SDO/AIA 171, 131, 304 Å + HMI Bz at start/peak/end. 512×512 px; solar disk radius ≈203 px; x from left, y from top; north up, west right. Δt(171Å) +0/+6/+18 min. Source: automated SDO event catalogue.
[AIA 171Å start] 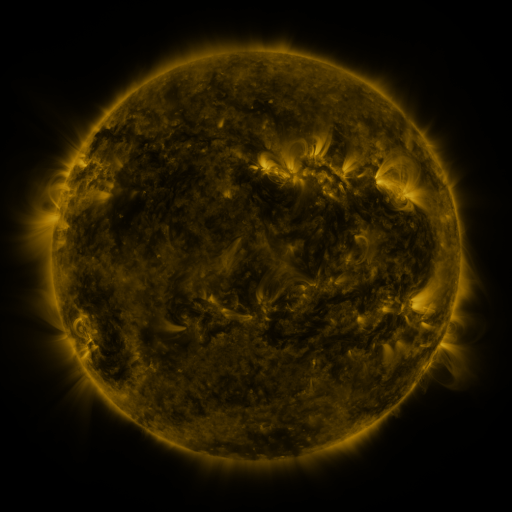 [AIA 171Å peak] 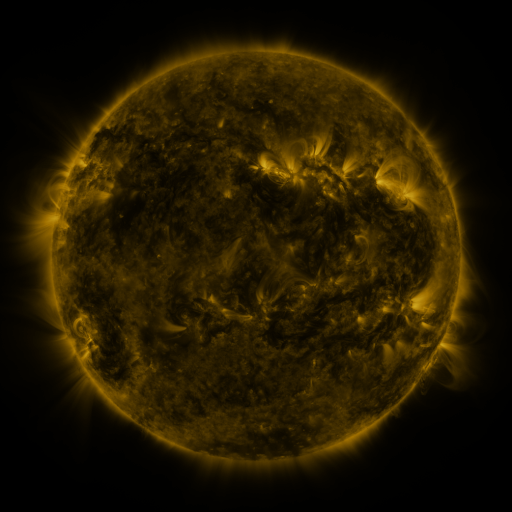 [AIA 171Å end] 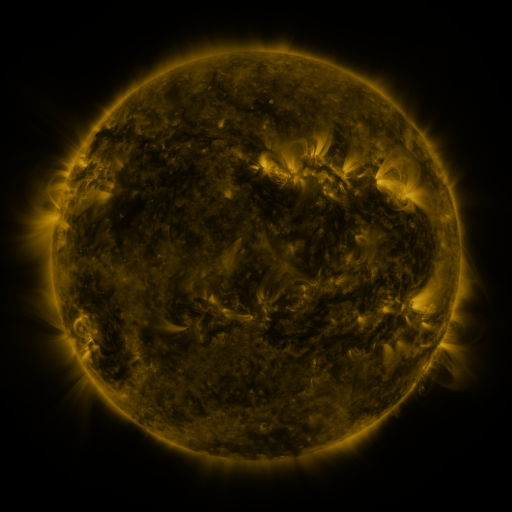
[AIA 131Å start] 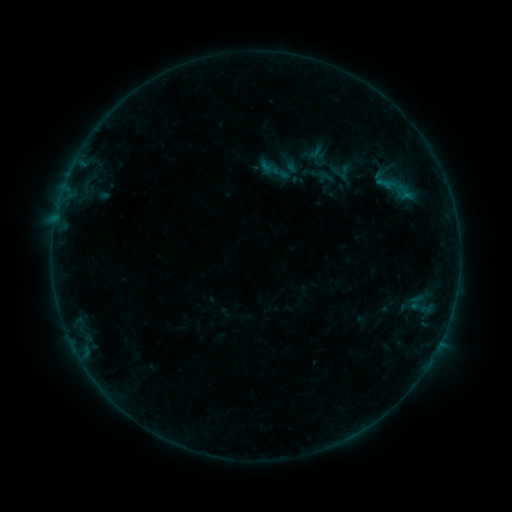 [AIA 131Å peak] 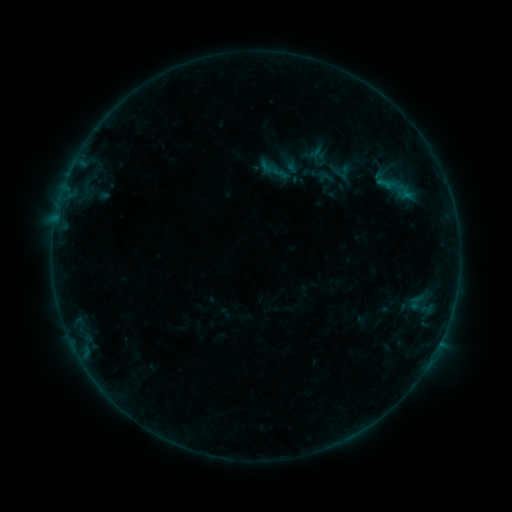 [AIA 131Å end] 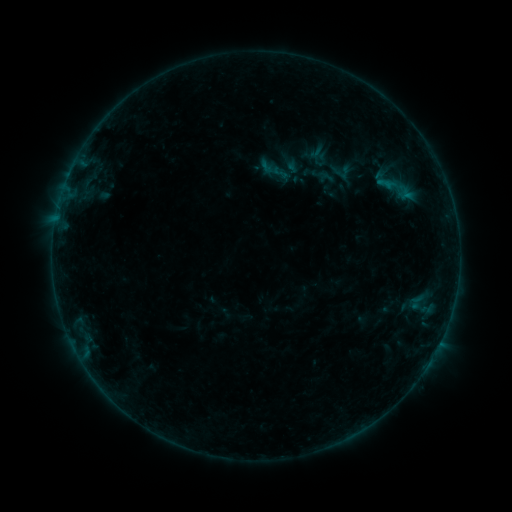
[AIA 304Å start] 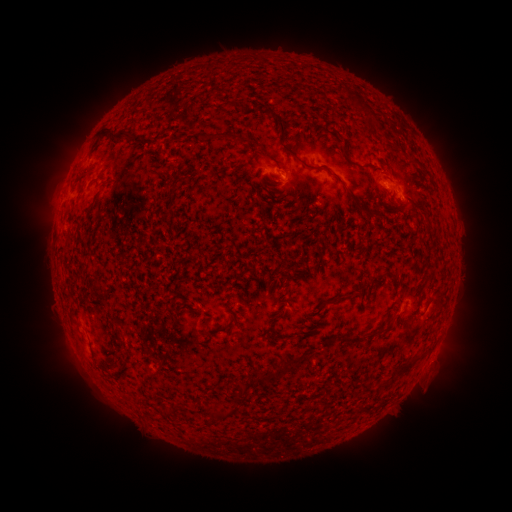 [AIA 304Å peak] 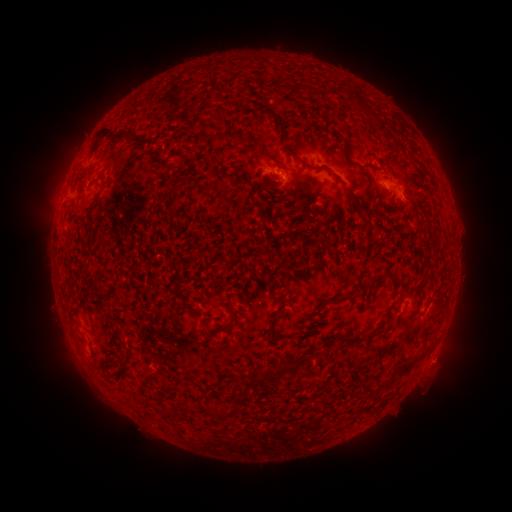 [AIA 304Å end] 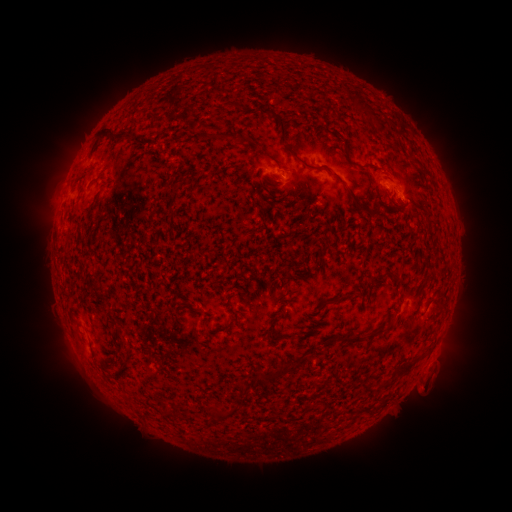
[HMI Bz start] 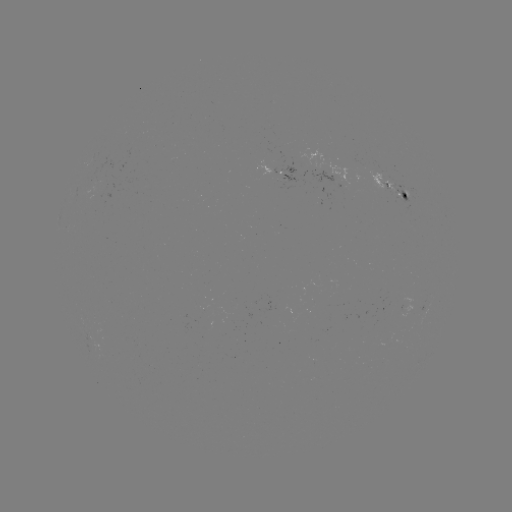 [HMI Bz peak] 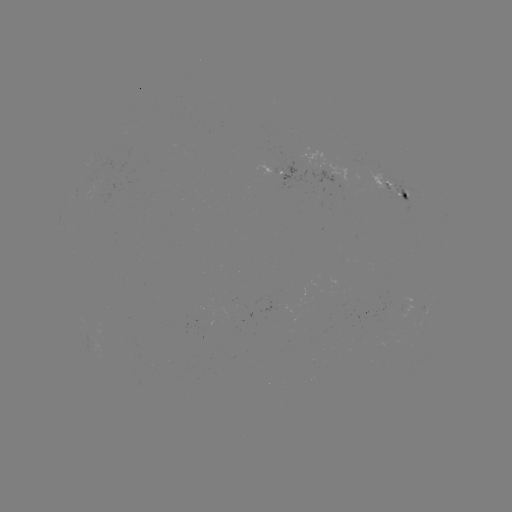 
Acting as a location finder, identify eruption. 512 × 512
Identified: [437, 369].